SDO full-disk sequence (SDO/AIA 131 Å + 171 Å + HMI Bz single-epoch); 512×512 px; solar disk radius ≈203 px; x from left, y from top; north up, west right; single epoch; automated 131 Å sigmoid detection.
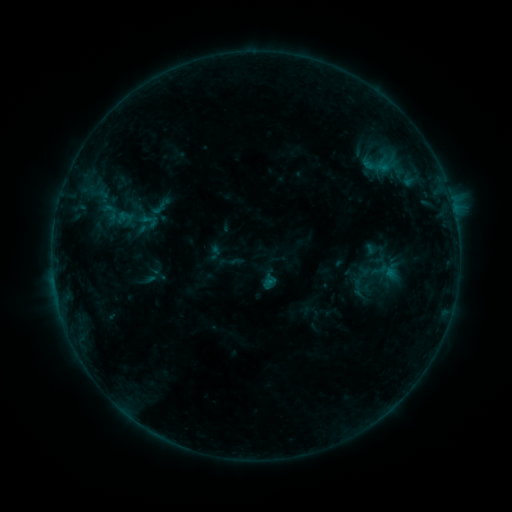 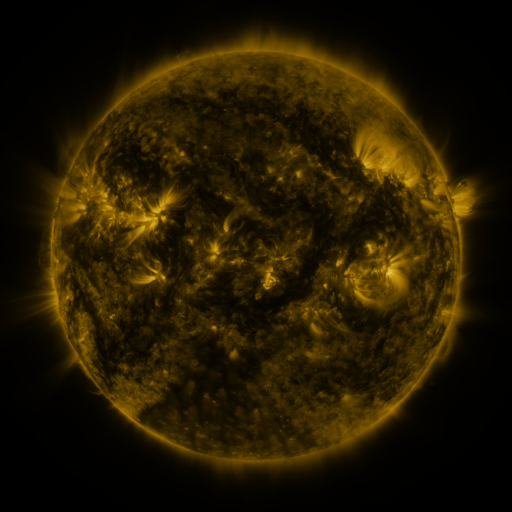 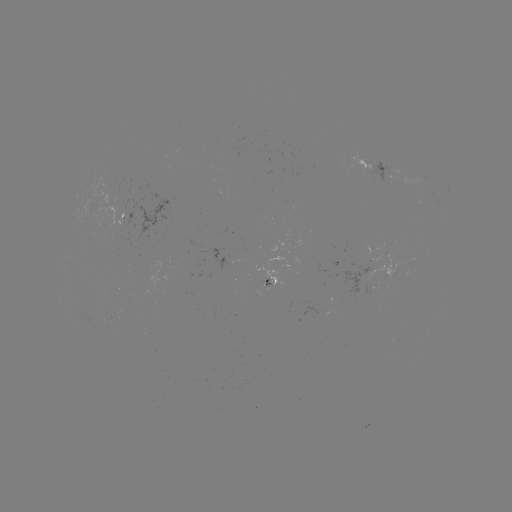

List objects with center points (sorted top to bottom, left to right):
sigmoid: (110, 213)
sigmoid: (149, 220)
sigmoid: (329, 310)
